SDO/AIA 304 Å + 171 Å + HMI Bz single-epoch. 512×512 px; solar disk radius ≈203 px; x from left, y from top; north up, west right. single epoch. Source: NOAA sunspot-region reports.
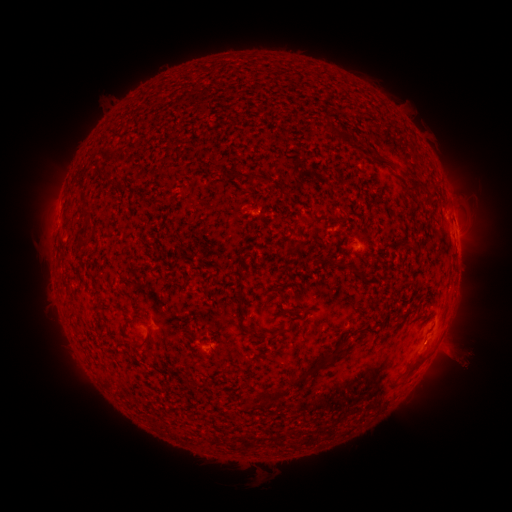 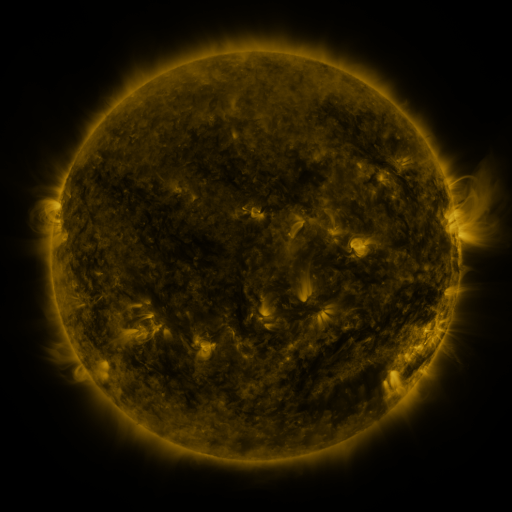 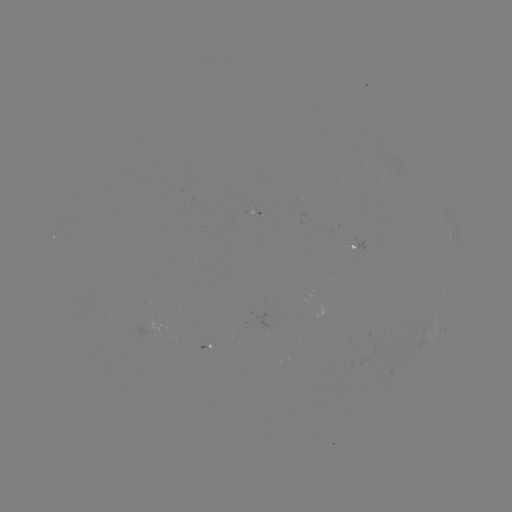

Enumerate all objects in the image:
spotted active region: (360, 245)
spotted active region: (204, 350)
